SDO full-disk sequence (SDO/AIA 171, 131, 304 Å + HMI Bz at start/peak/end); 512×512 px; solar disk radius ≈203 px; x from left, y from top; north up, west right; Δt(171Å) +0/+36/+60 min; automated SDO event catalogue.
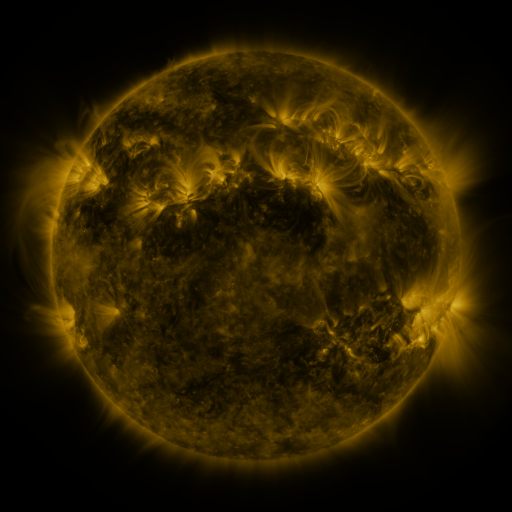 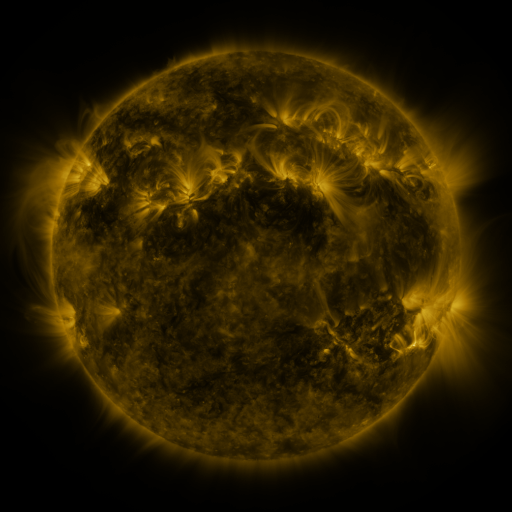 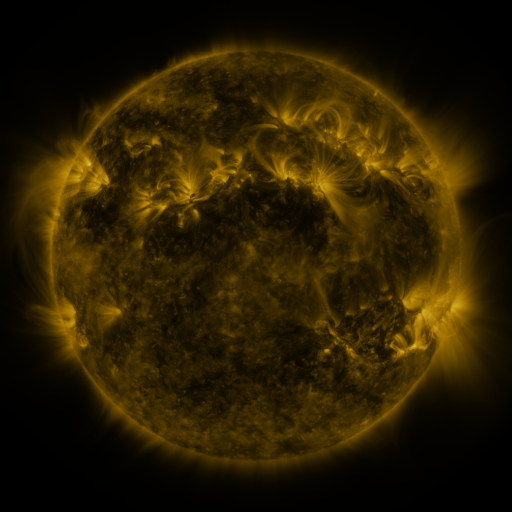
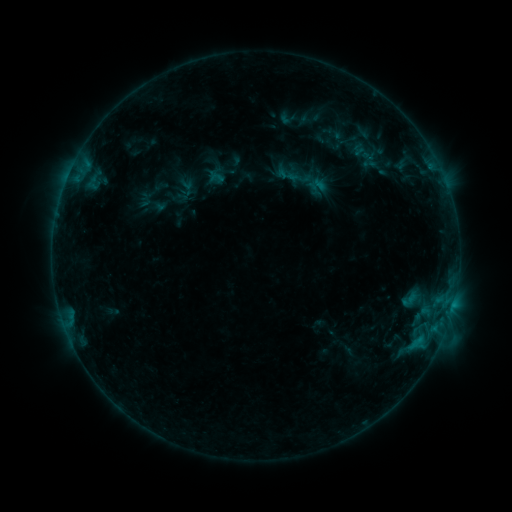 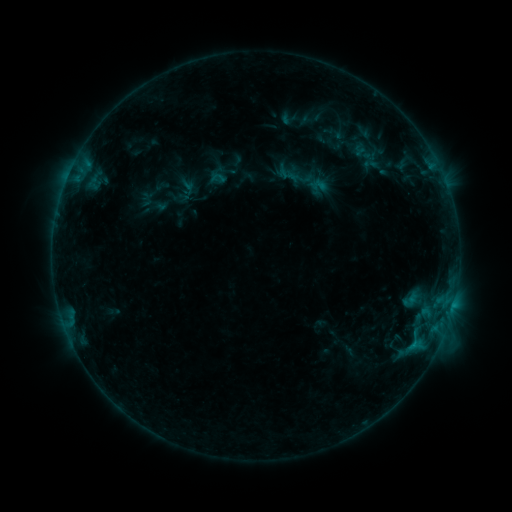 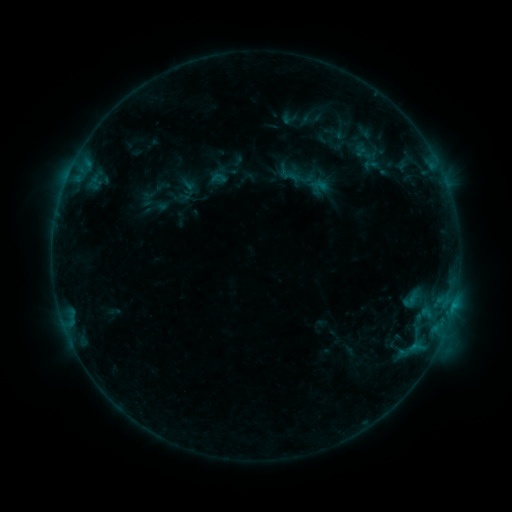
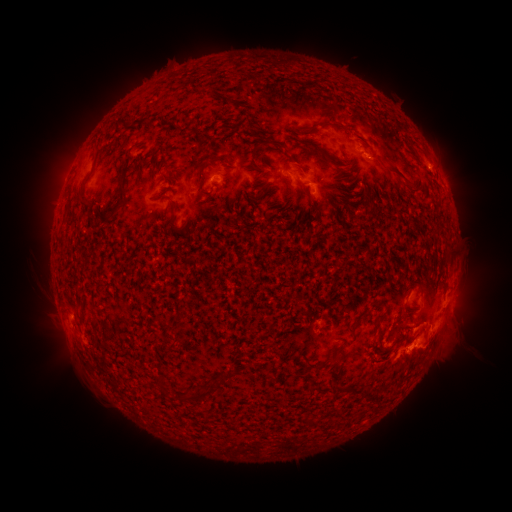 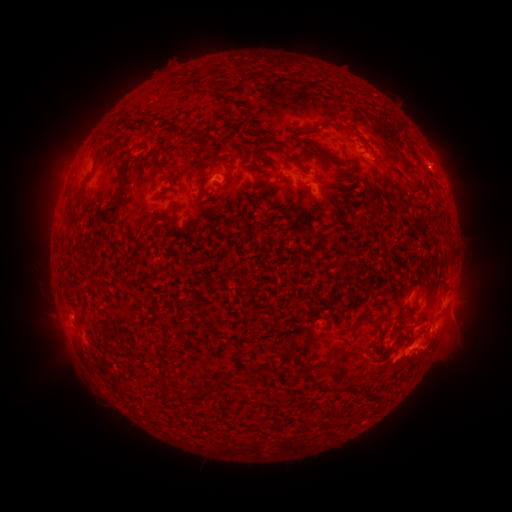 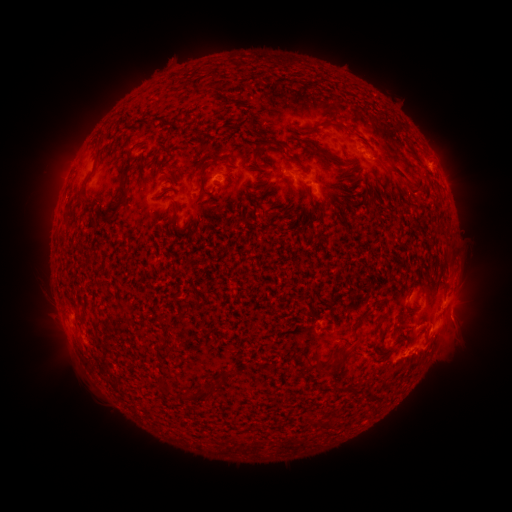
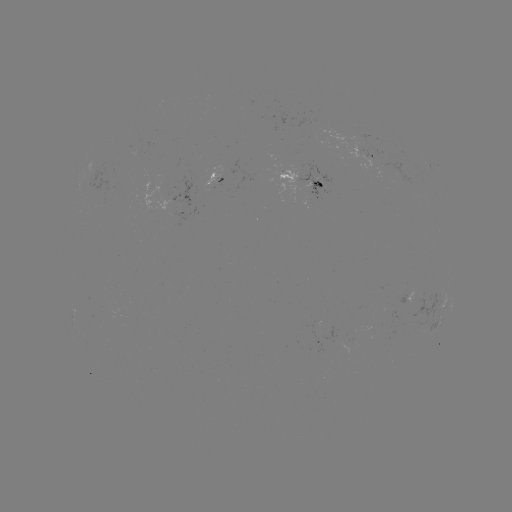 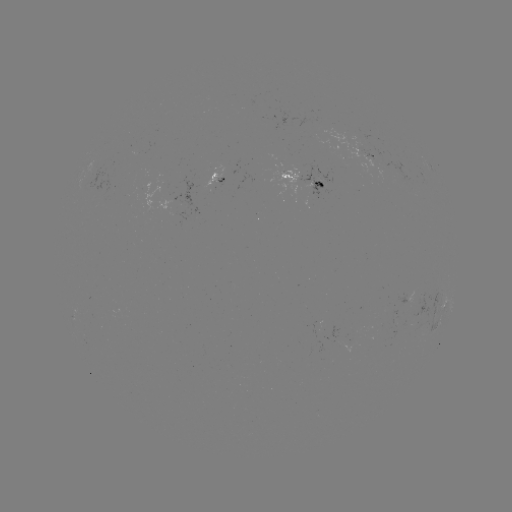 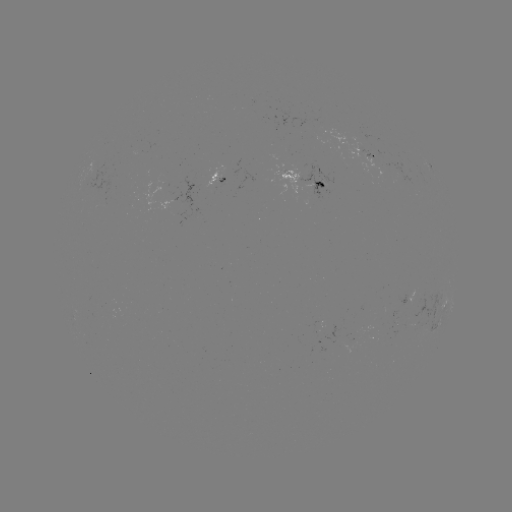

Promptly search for emerging-flux region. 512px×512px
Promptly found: (415, 298).